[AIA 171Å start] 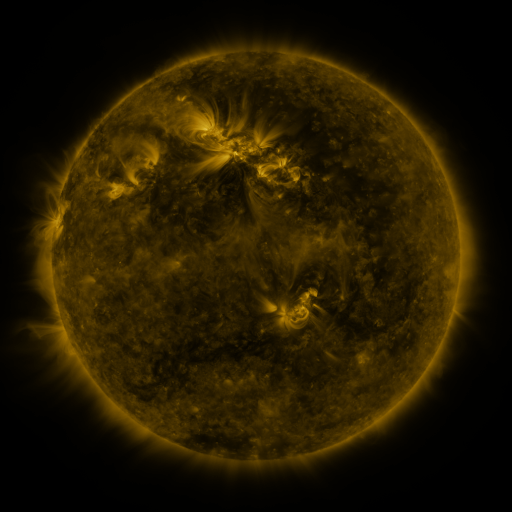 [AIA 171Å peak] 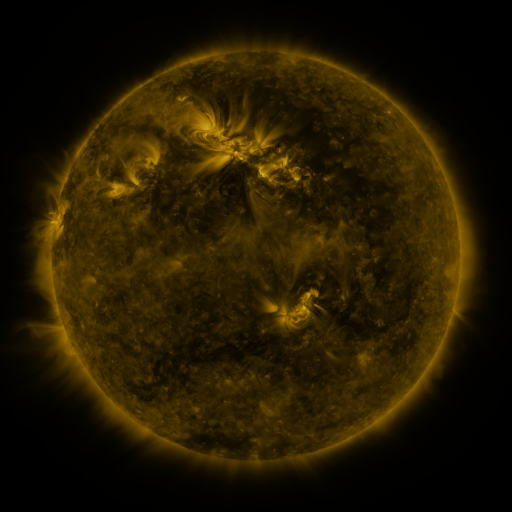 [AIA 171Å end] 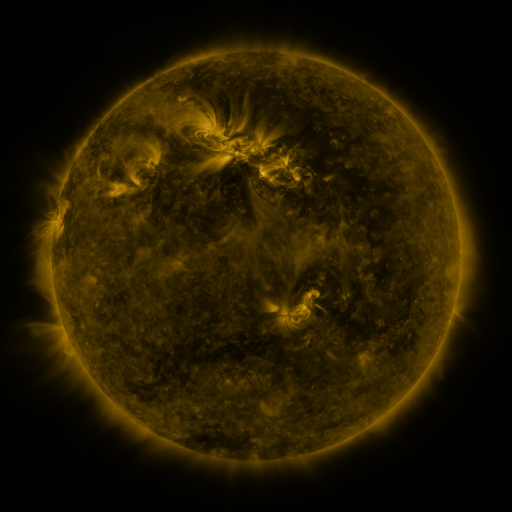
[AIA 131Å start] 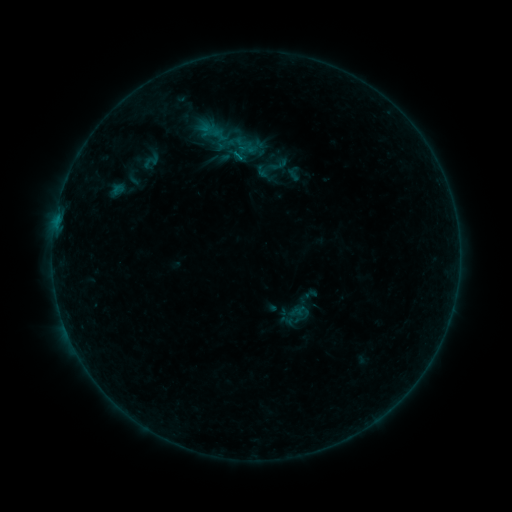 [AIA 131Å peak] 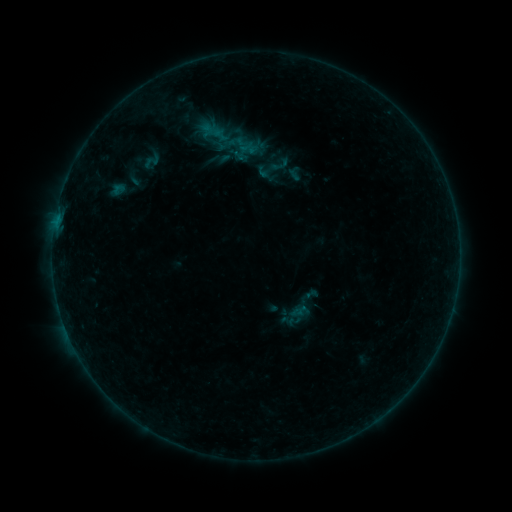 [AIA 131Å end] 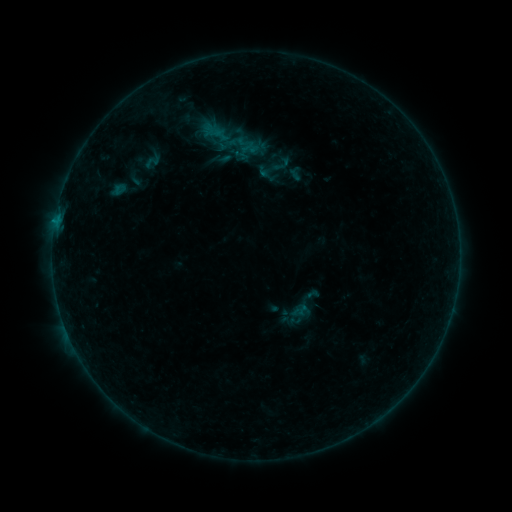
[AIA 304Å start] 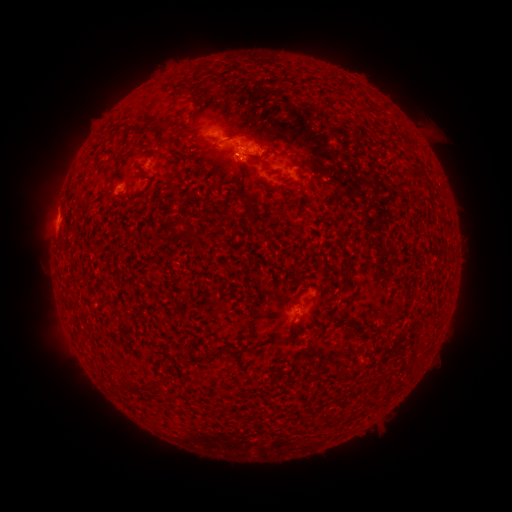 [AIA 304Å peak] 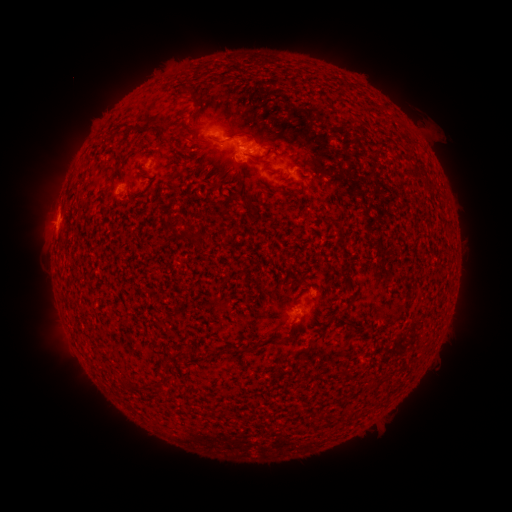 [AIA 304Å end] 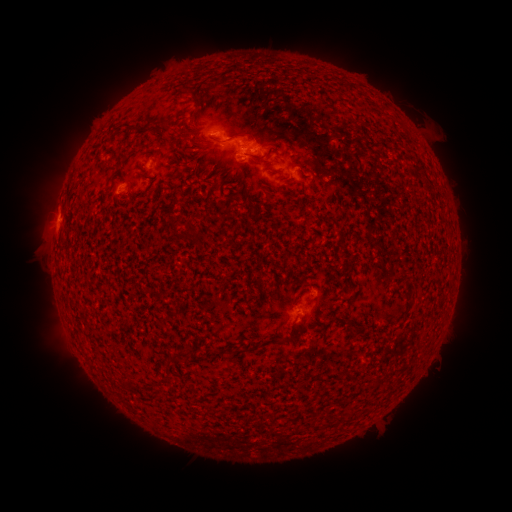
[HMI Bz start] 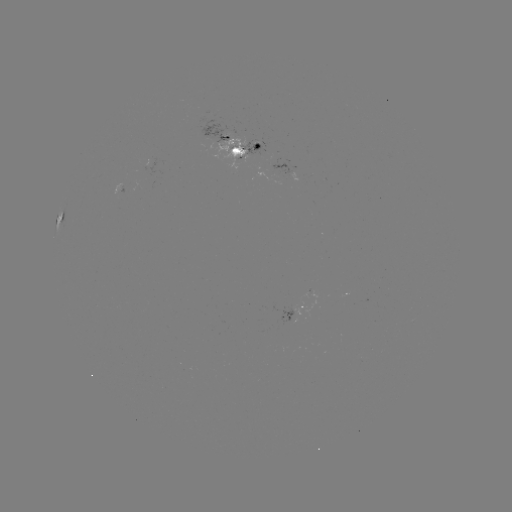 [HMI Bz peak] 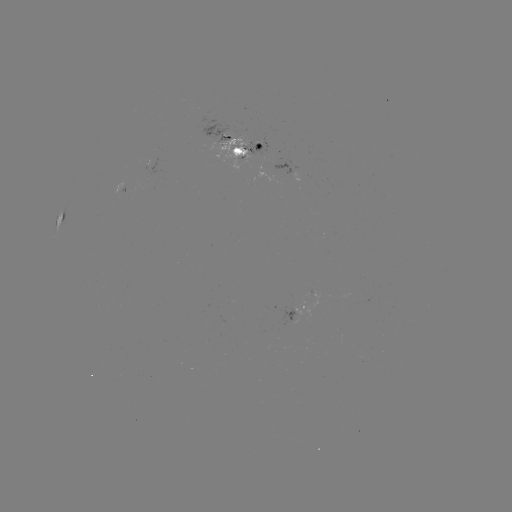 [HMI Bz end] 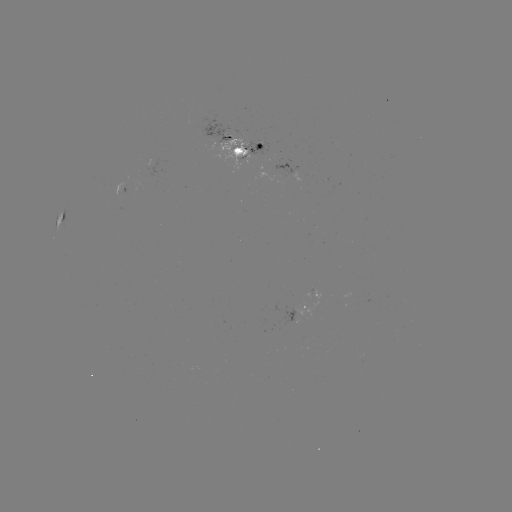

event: emerging-flux region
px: (260, 148)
